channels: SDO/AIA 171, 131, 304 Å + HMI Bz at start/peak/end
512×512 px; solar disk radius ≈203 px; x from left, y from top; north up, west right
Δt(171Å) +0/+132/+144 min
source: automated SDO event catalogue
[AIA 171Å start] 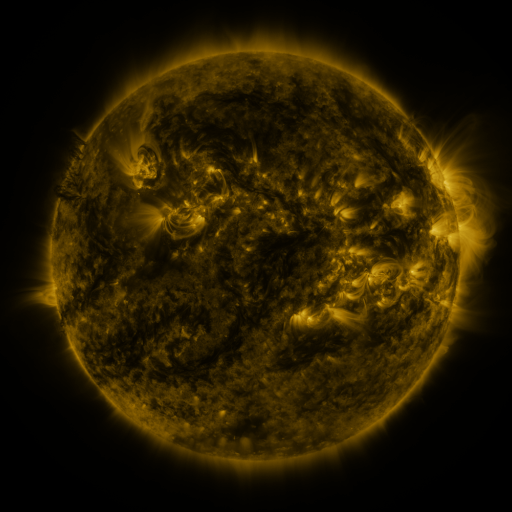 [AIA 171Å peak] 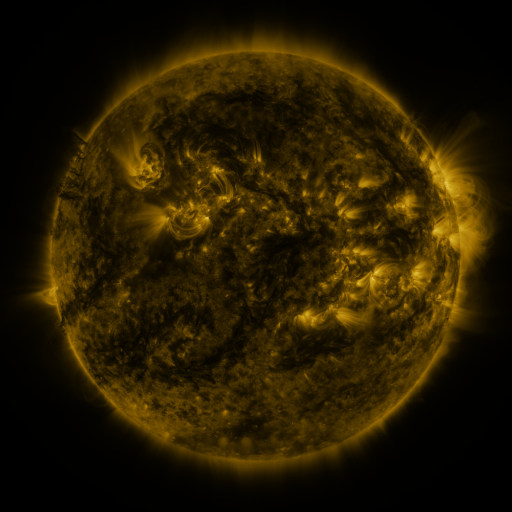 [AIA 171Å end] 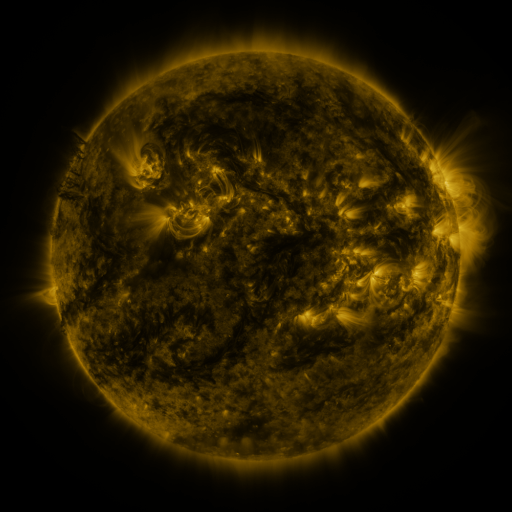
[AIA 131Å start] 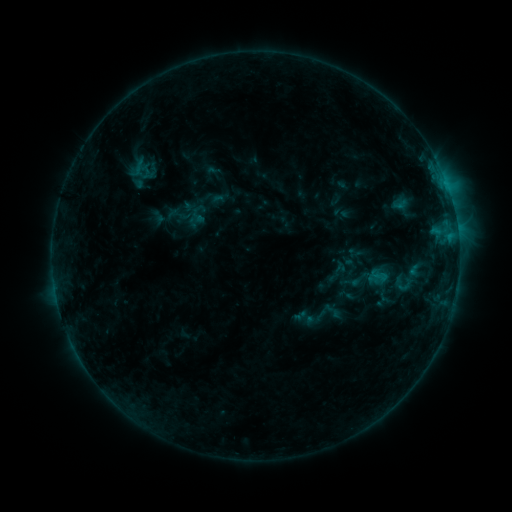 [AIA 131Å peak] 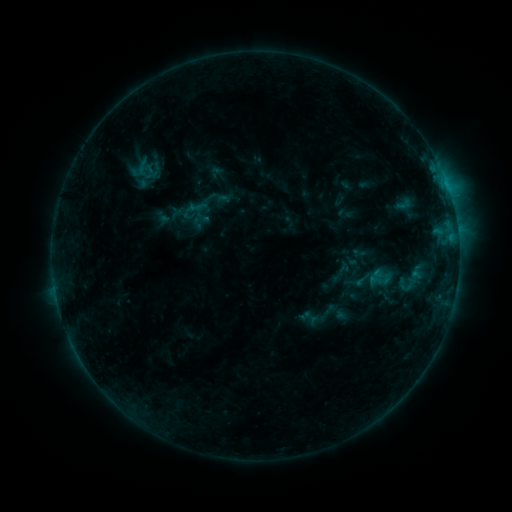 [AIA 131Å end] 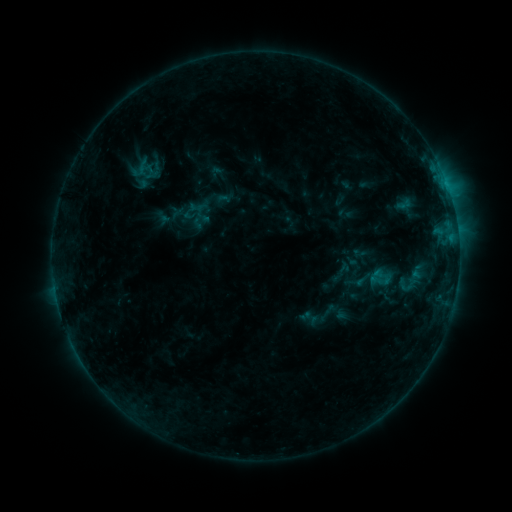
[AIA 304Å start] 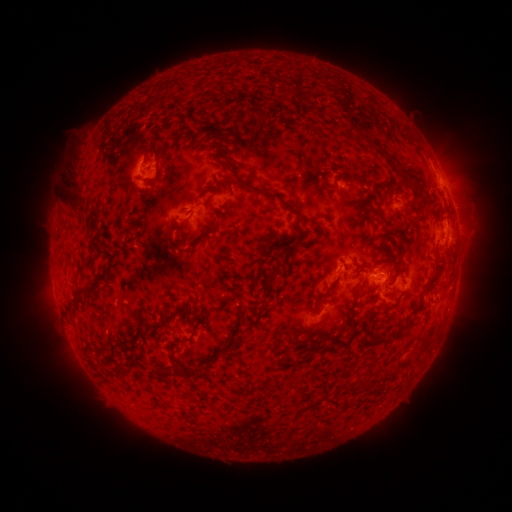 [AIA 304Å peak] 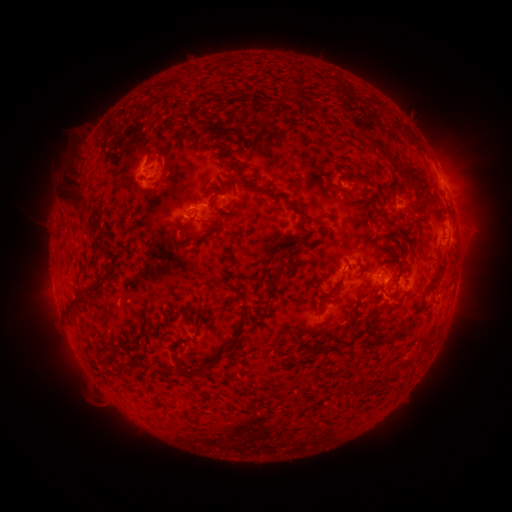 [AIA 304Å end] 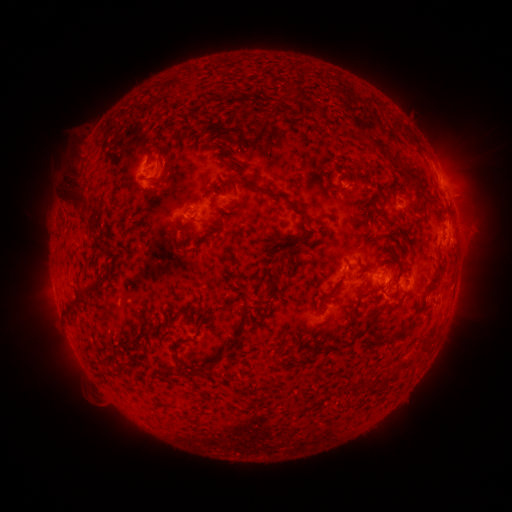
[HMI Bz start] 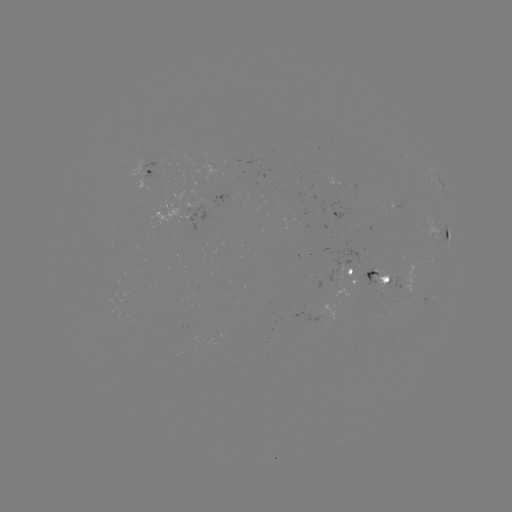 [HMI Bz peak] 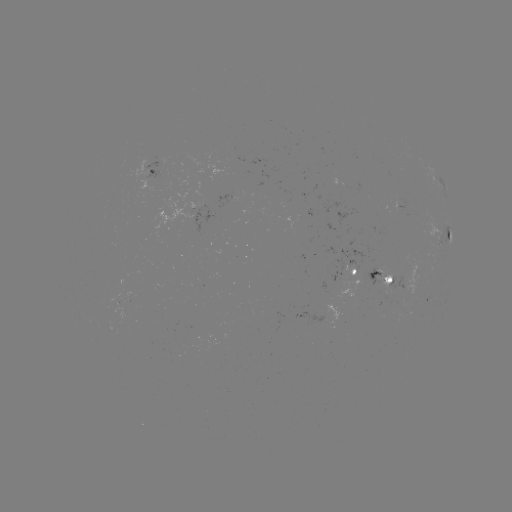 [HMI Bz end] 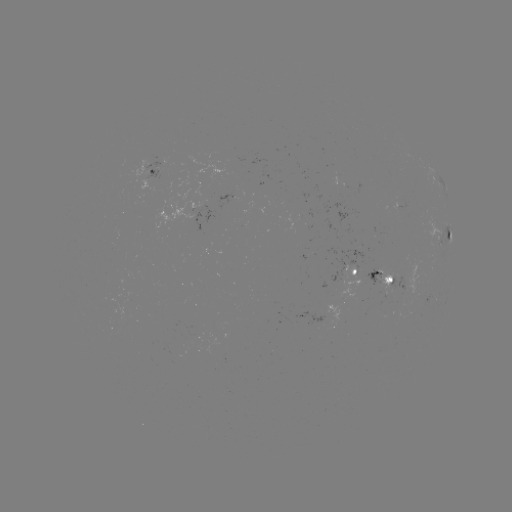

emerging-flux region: <bbox>103, 299, 128, 320</bbox>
